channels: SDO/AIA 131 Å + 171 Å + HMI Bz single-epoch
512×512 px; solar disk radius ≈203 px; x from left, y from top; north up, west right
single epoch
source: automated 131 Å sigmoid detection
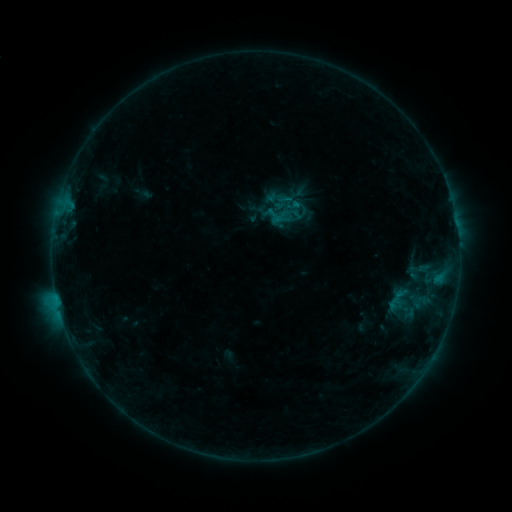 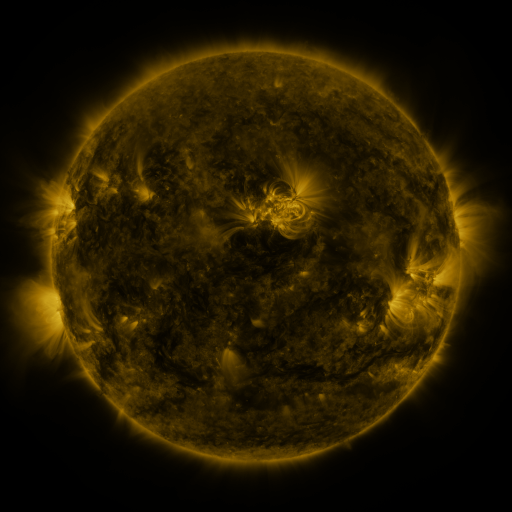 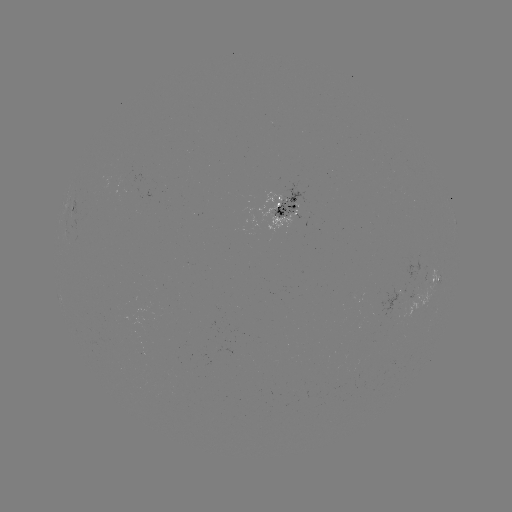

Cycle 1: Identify sigmoid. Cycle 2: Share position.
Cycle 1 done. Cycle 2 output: [275, 203].